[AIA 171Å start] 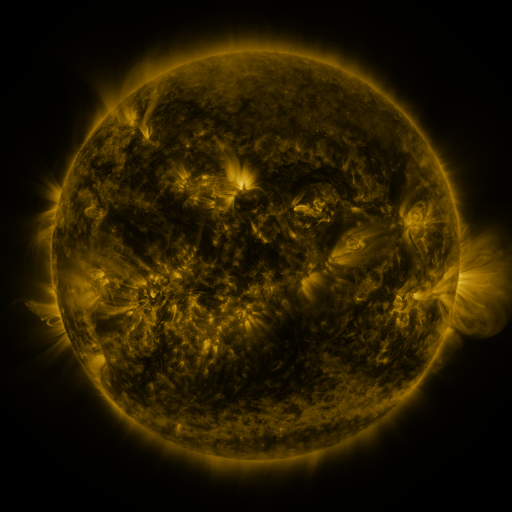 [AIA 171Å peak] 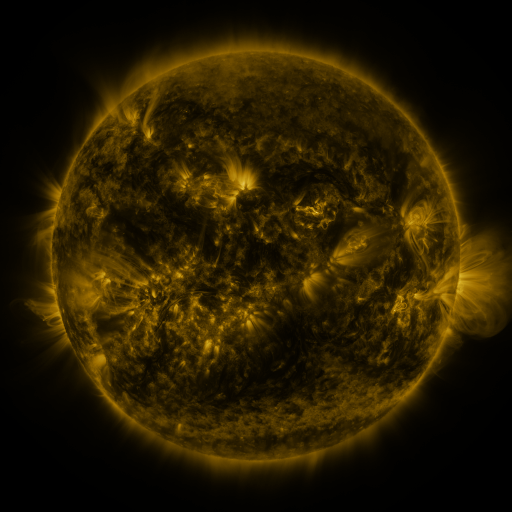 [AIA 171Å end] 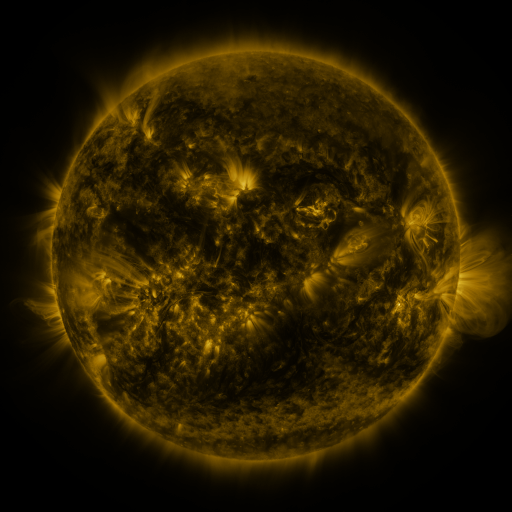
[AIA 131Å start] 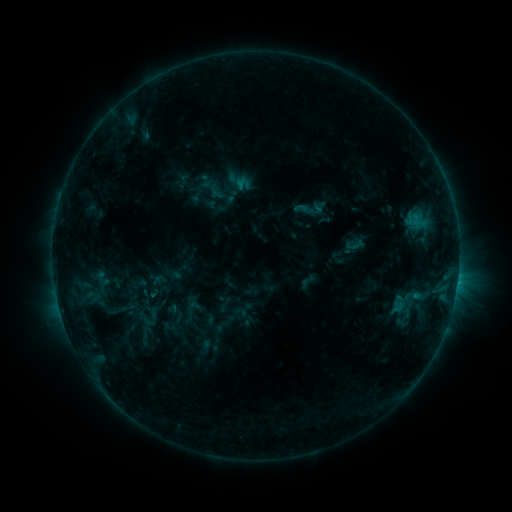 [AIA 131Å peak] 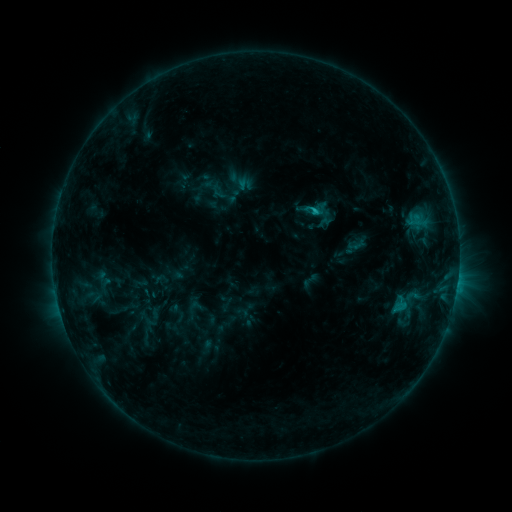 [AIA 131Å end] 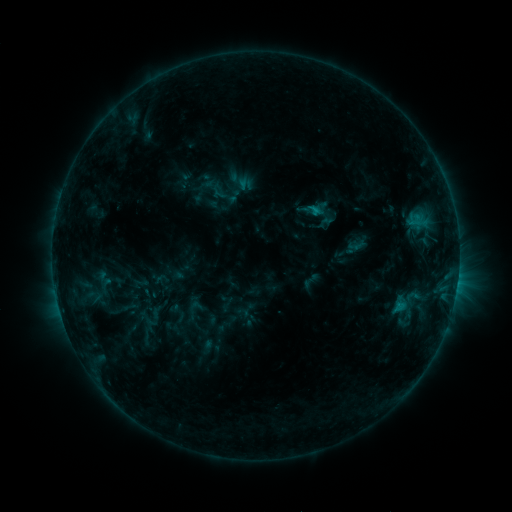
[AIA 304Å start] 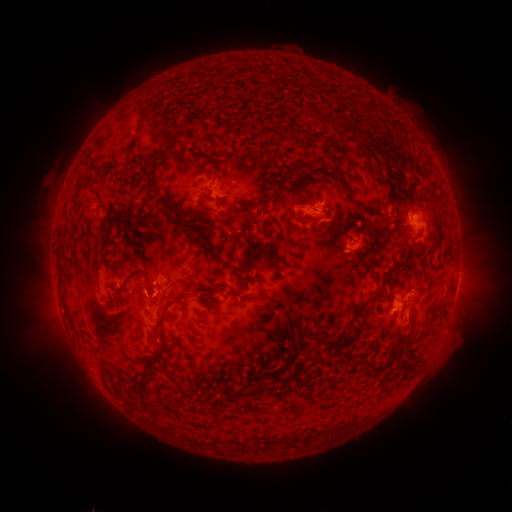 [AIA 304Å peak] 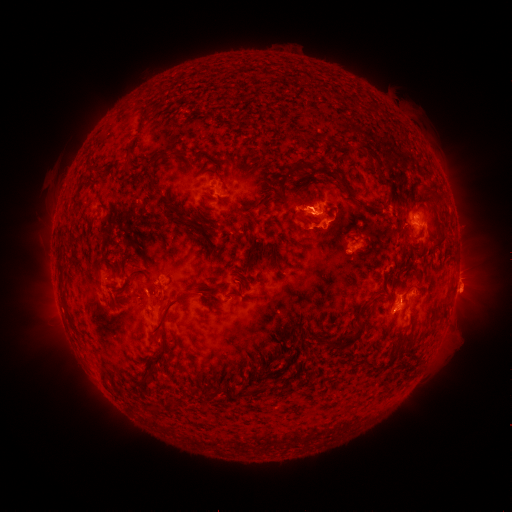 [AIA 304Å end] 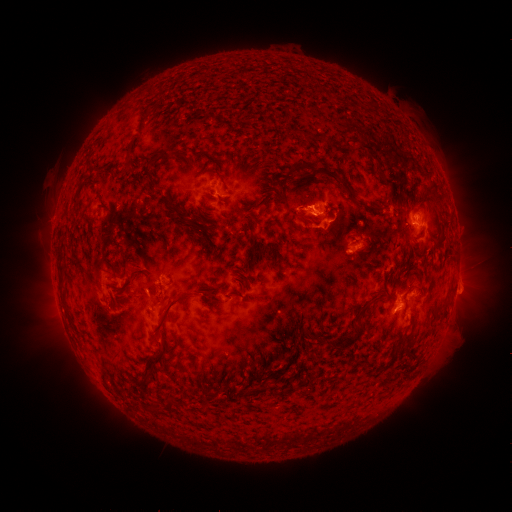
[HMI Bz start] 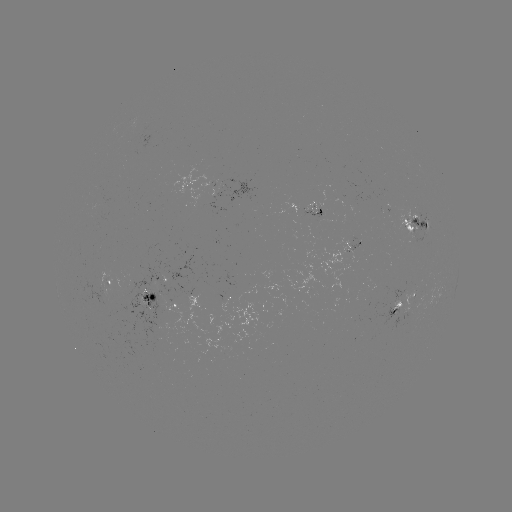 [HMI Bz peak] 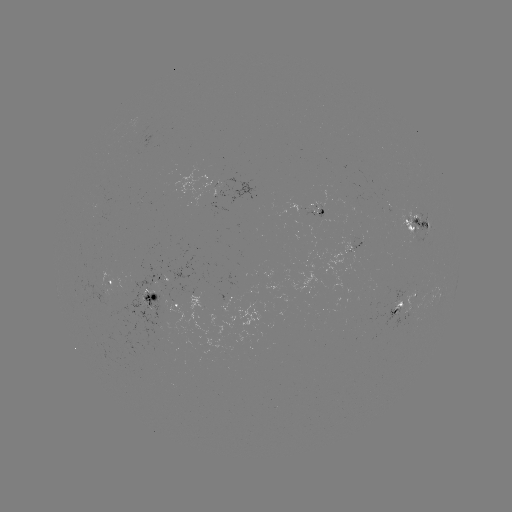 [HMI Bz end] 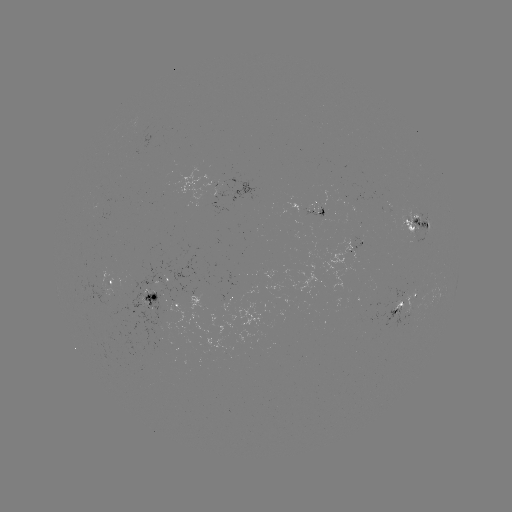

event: flare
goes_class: C1.6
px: (315, 213)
